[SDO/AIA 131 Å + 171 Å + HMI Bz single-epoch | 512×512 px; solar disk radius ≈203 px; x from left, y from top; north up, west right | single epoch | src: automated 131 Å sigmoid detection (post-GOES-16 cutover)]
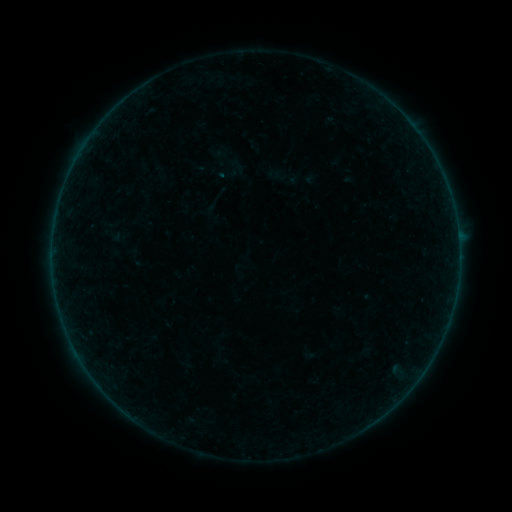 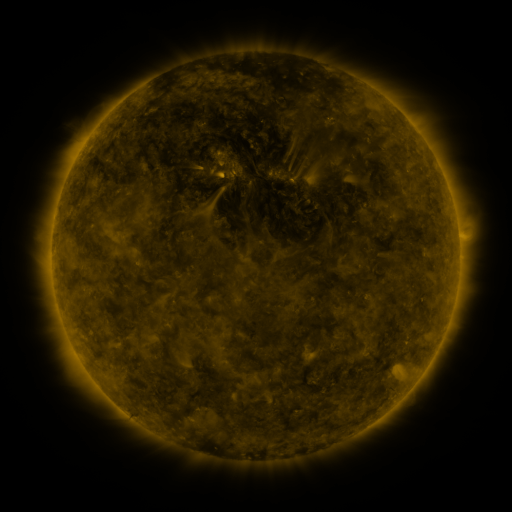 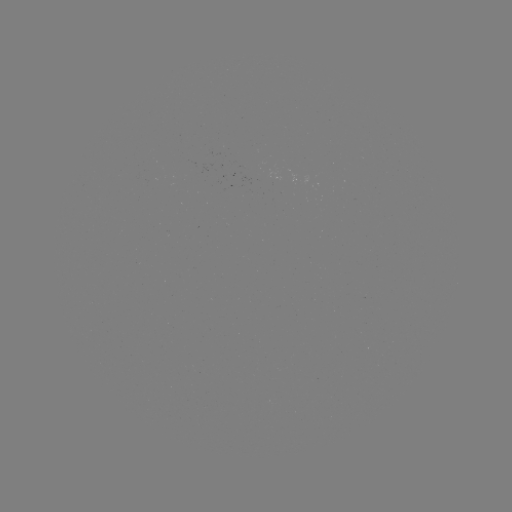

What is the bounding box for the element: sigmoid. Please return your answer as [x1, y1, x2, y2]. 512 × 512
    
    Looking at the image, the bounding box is [152, 164, 168, 182].